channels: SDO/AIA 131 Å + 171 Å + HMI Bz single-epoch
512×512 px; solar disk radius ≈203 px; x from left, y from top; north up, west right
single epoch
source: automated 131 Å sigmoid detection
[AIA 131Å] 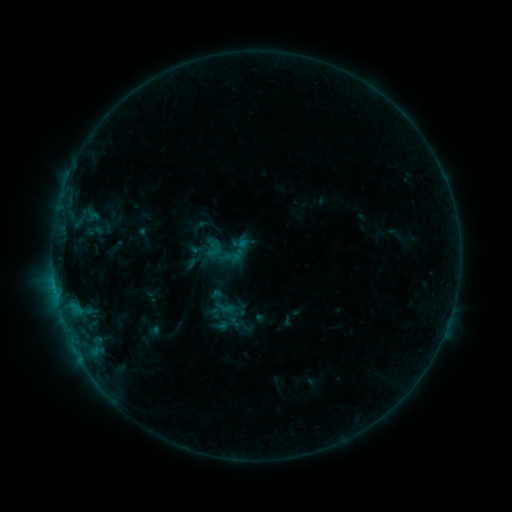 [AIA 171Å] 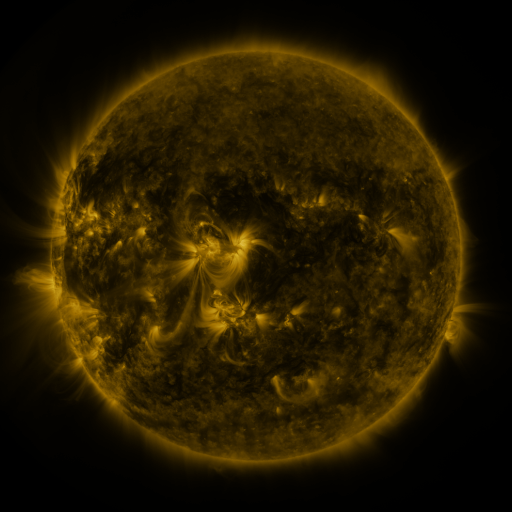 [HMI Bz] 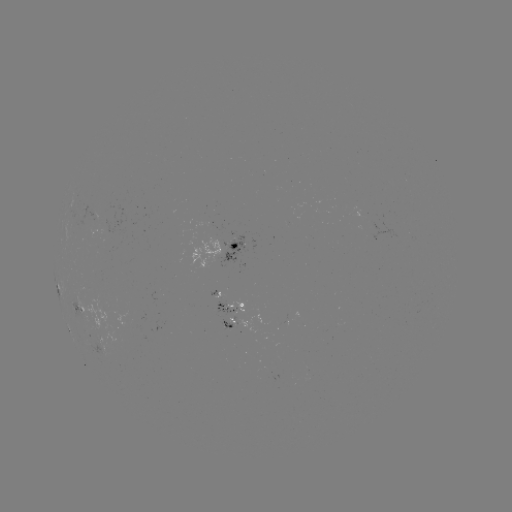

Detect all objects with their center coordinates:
sigmoid: (217, 297)
